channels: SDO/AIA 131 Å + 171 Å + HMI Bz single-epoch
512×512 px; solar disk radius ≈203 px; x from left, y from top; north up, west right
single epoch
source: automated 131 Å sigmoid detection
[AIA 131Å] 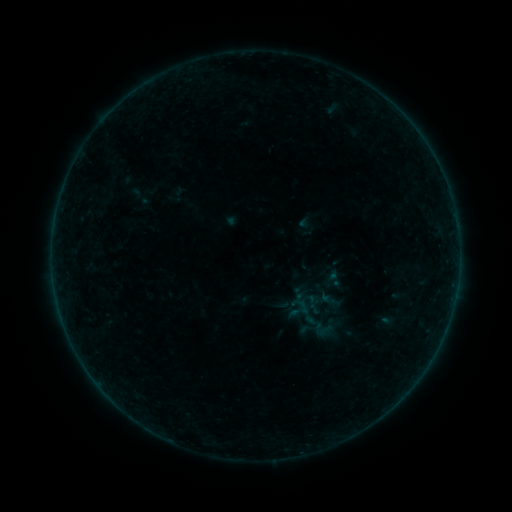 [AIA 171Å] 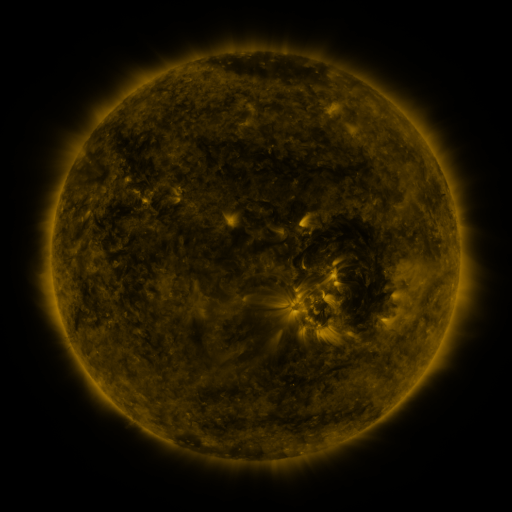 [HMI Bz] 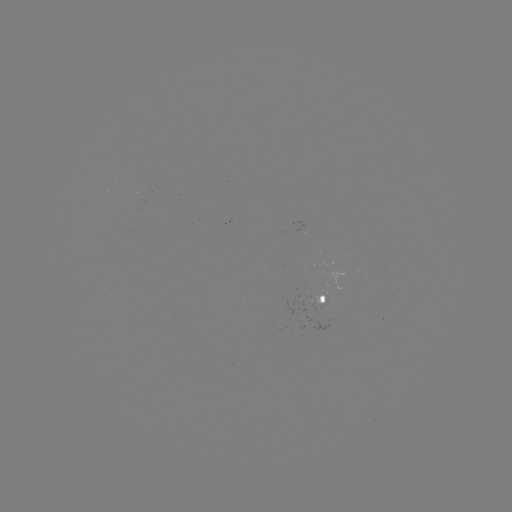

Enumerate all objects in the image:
sigmoid: (313, 319, 333, 340)
